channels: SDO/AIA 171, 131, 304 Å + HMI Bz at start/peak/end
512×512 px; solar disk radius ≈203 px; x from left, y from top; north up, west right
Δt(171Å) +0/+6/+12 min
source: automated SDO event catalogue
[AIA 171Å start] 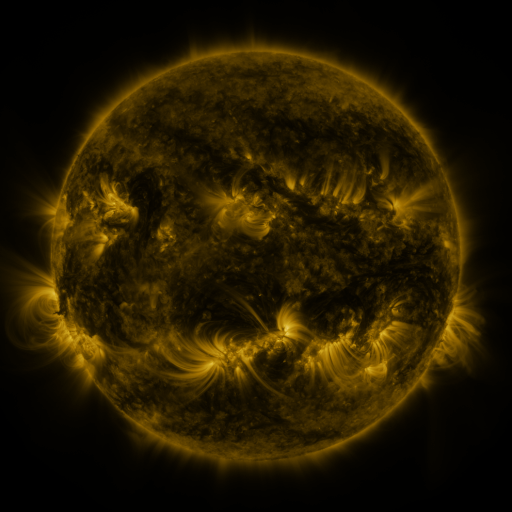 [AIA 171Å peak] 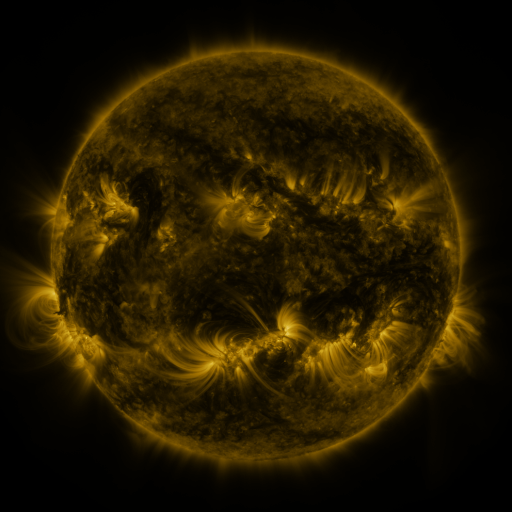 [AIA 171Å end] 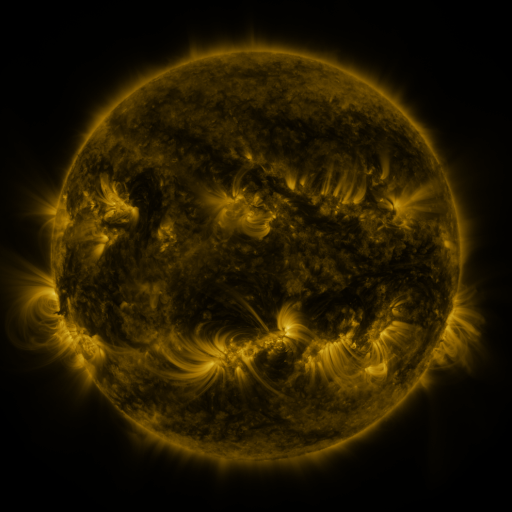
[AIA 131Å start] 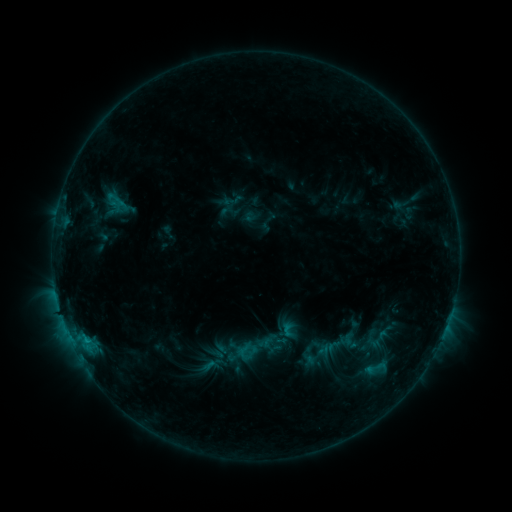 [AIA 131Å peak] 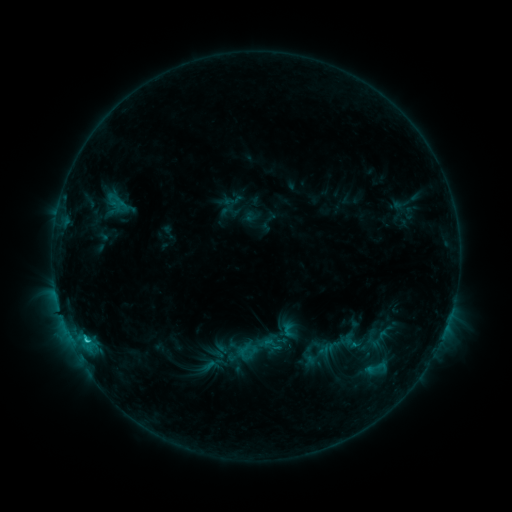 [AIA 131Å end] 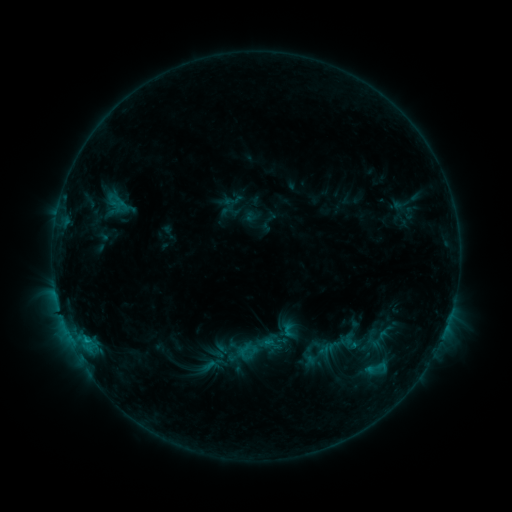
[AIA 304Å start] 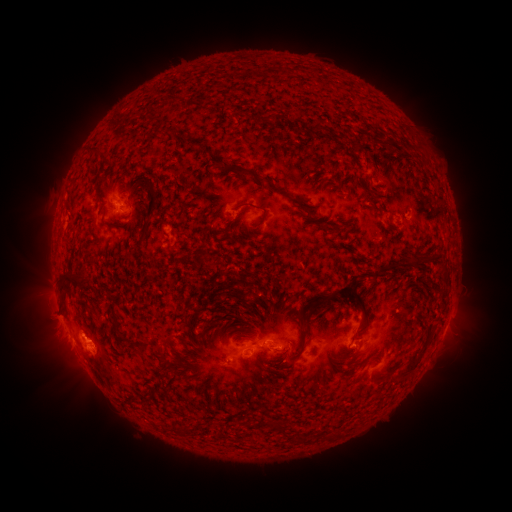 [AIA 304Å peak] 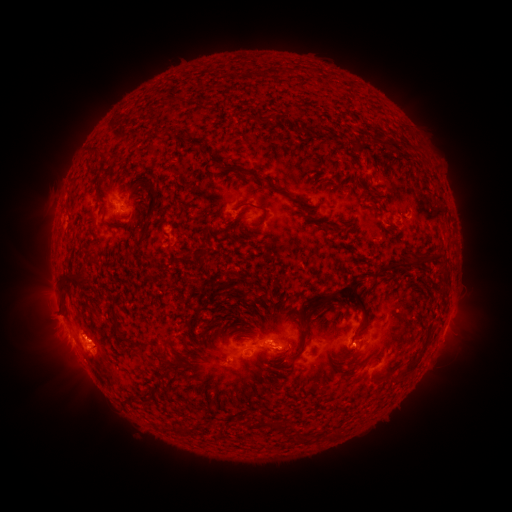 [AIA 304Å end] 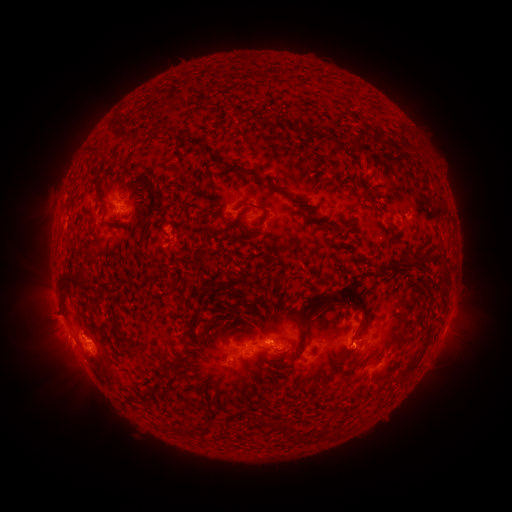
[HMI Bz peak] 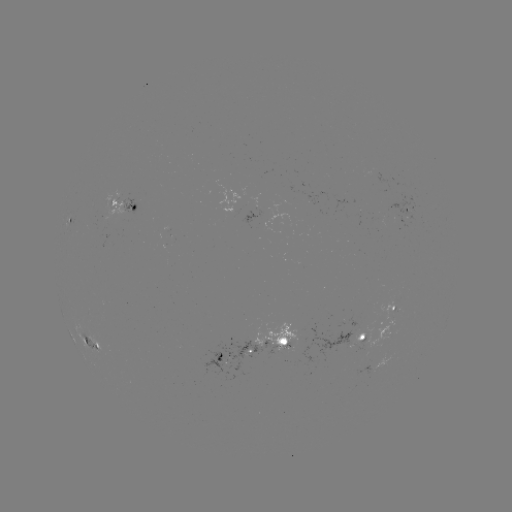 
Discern C1.1 flare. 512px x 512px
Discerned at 88,337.